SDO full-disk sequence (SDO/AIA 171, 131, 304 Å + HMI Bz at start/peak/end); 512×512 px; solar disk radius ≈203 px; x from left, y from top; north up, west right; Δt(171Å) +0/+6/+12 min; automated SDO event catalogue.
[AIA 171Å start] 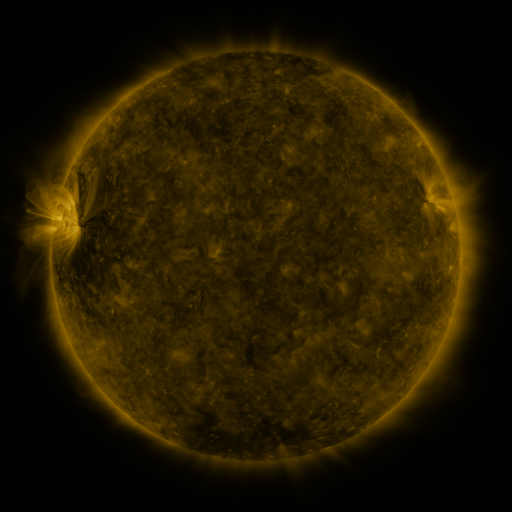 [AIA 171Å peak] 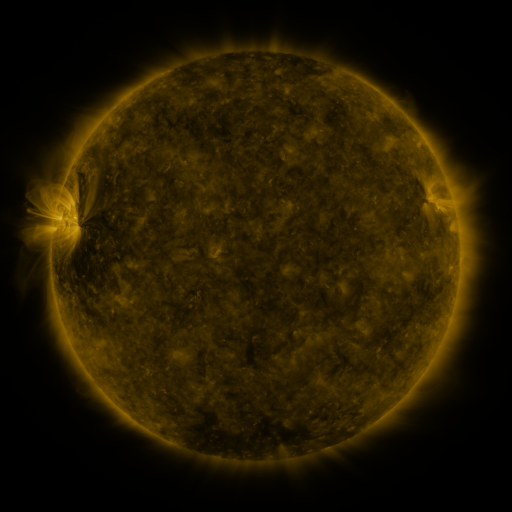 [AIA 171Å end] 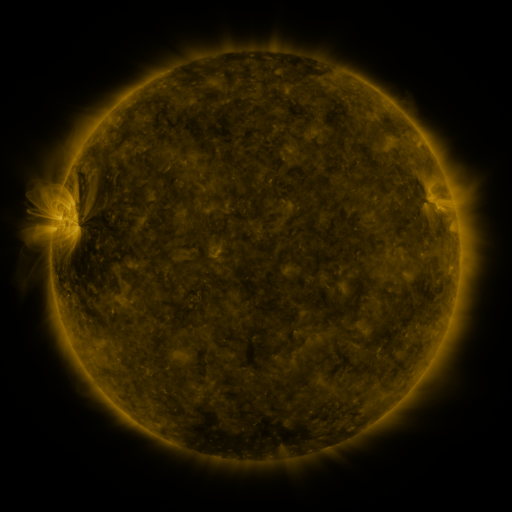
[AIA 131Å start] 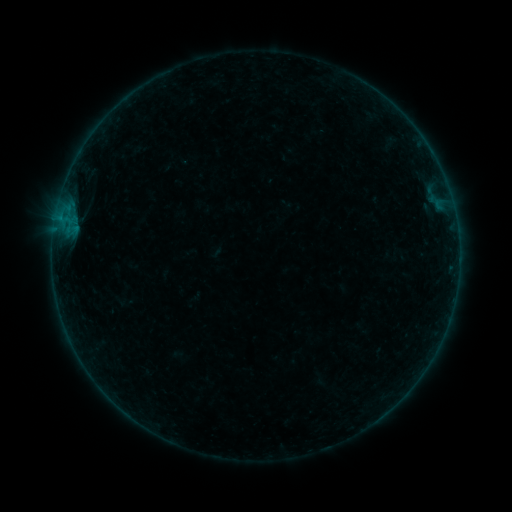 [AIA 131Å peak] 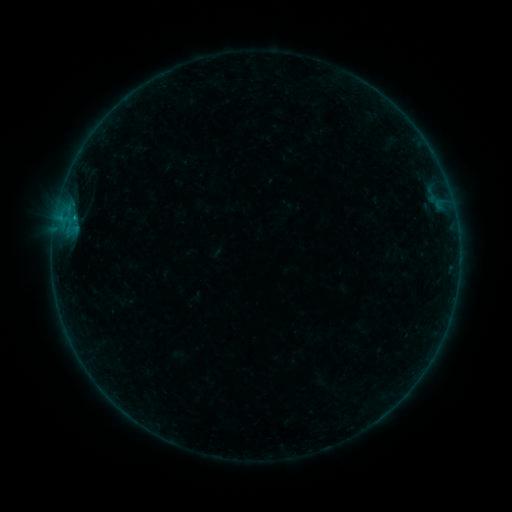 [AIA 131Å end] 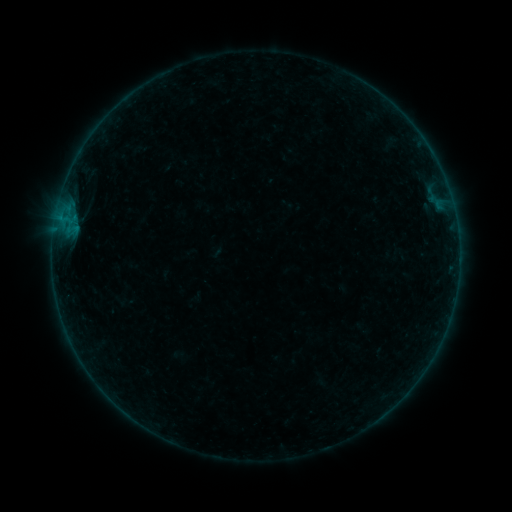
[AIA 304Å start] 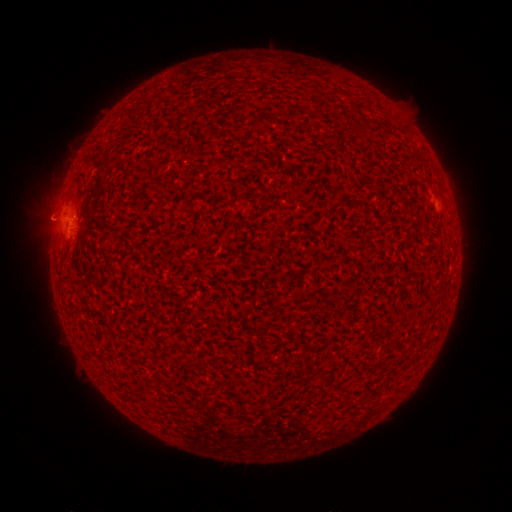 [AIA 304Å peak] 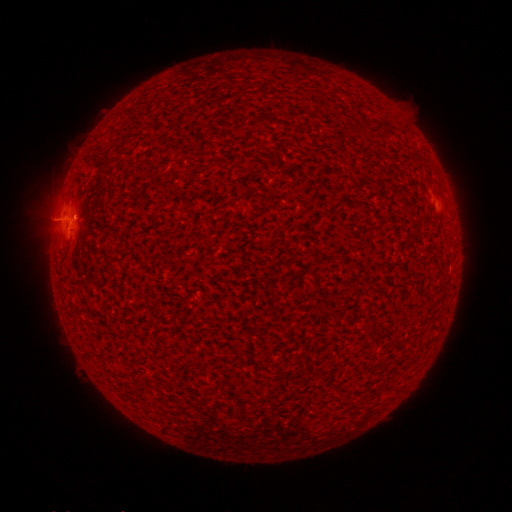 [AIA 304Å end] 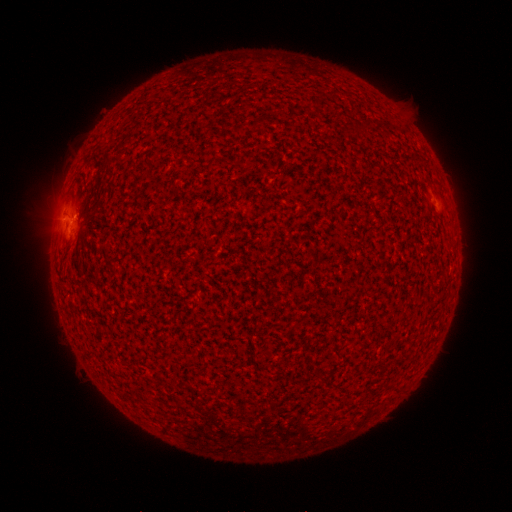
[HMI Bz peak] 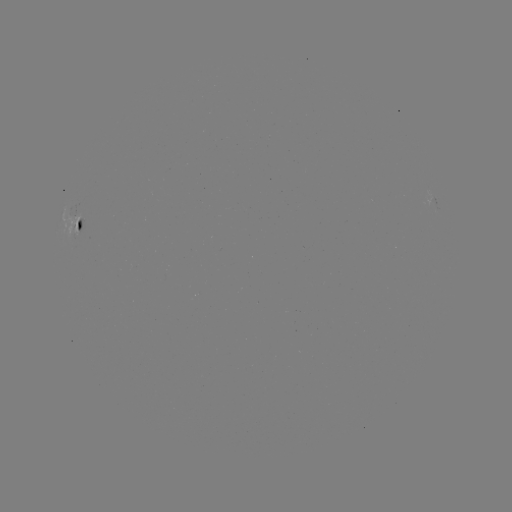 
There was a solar flare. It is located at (74, 221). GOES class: B1.7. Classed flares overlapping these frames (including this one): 1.